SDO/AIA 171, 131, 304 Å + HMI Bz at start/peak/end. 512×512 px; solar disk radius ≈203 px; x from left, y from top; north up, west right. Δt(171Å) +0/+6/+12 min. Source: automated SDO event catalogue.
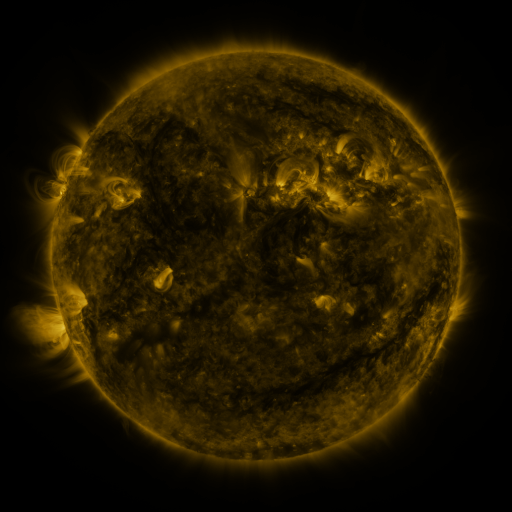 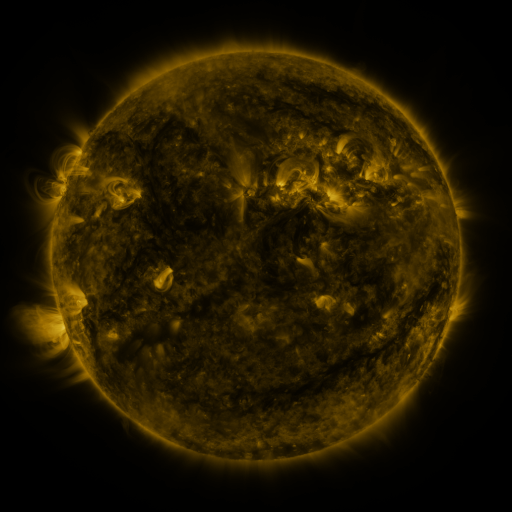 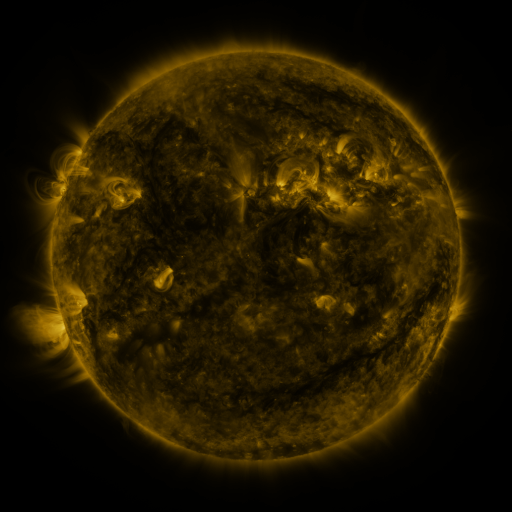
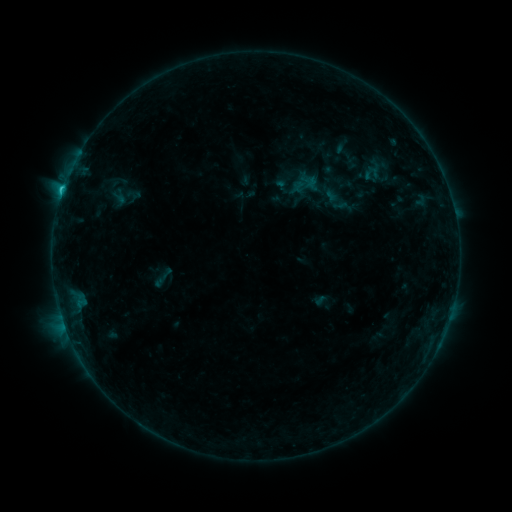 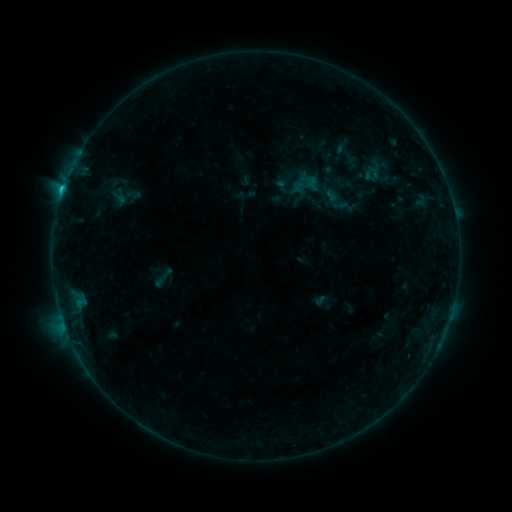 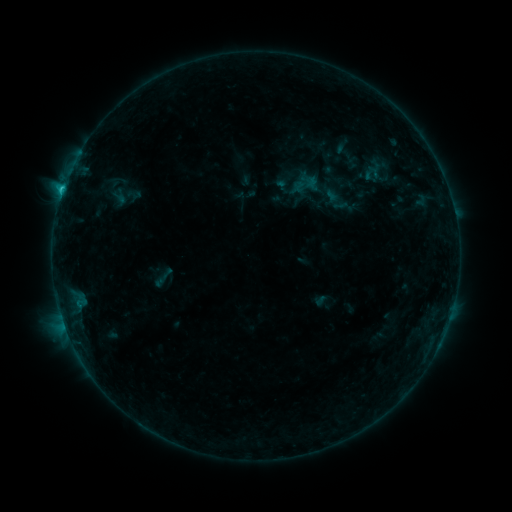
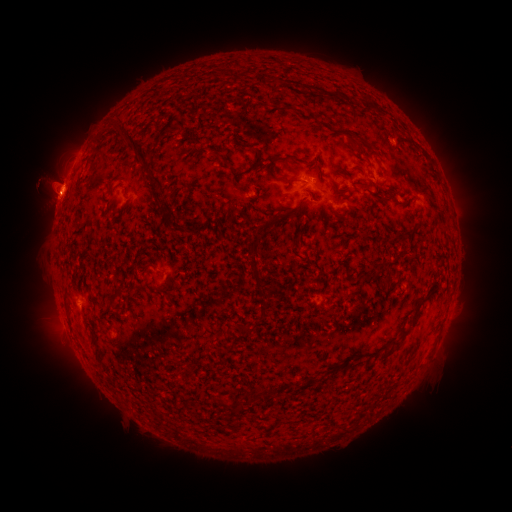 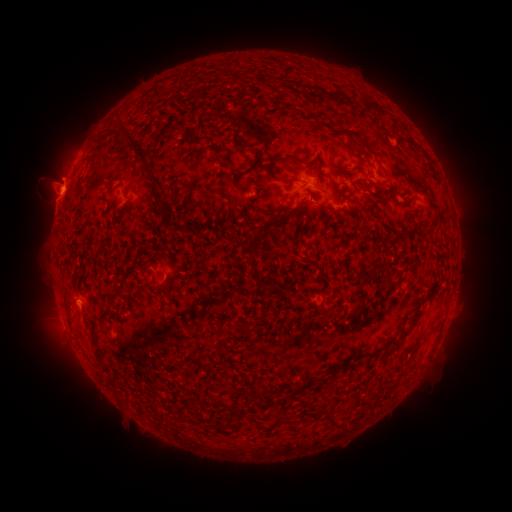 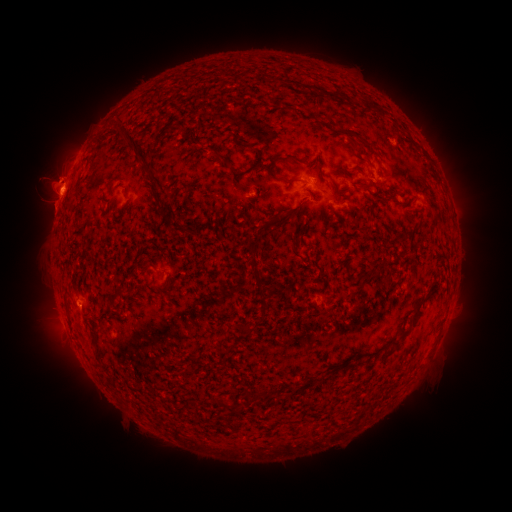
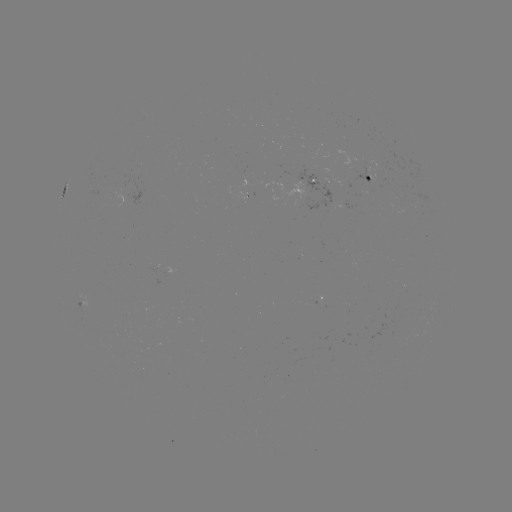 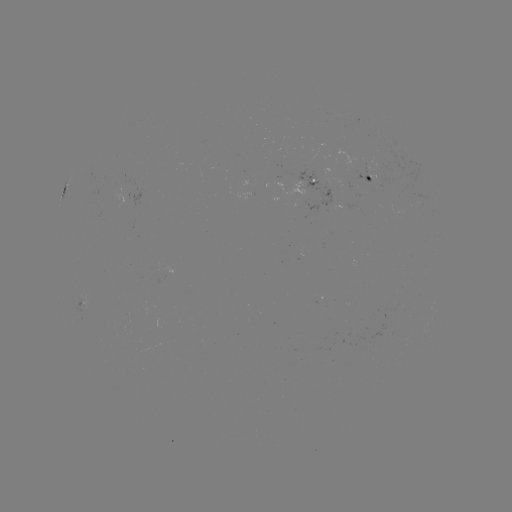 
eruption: <bbox>33, 151, 83, 222</bbox>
